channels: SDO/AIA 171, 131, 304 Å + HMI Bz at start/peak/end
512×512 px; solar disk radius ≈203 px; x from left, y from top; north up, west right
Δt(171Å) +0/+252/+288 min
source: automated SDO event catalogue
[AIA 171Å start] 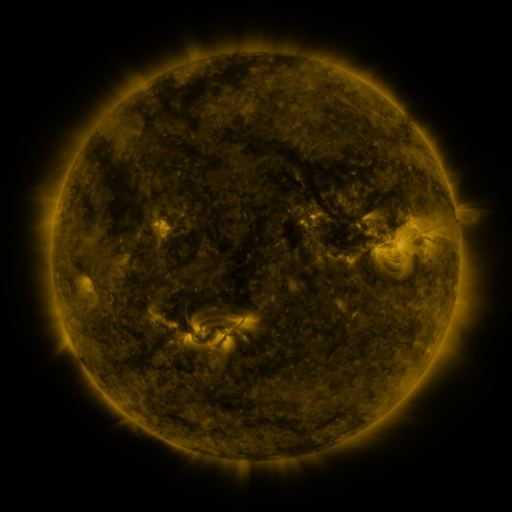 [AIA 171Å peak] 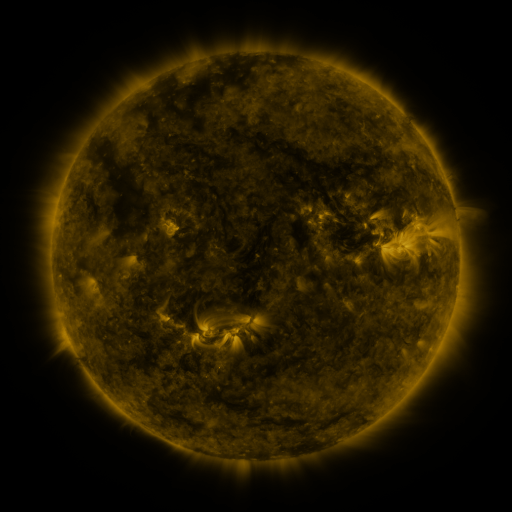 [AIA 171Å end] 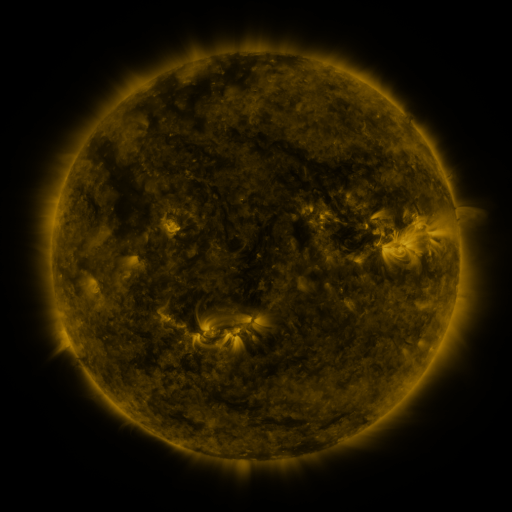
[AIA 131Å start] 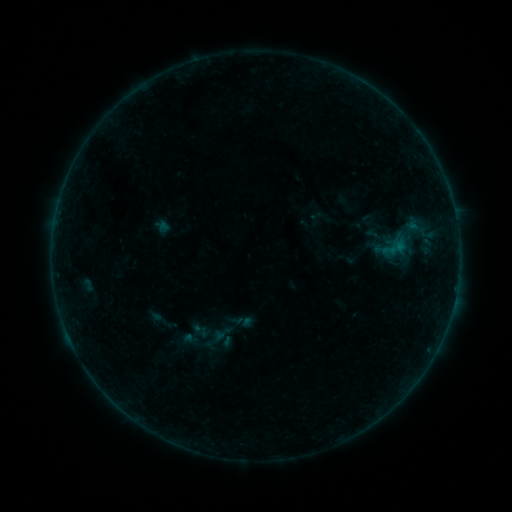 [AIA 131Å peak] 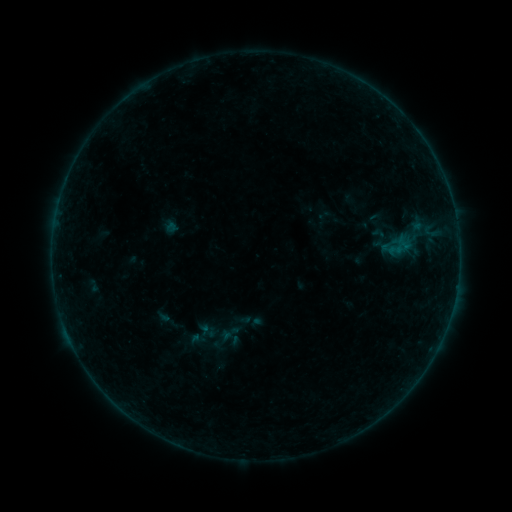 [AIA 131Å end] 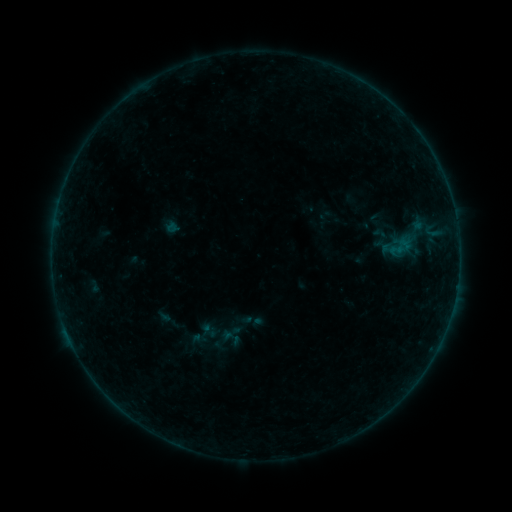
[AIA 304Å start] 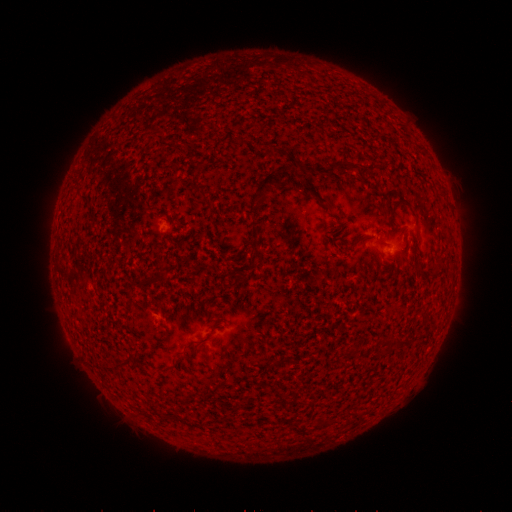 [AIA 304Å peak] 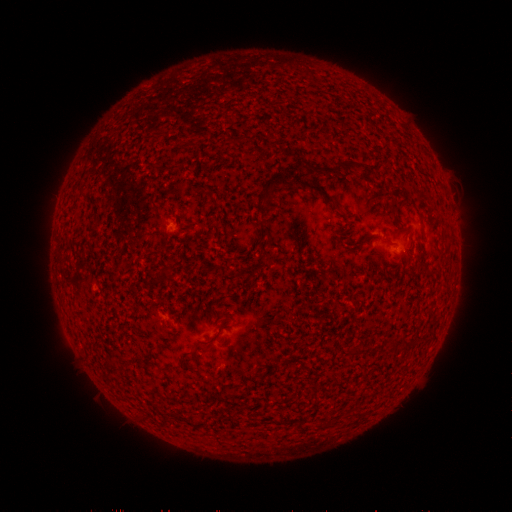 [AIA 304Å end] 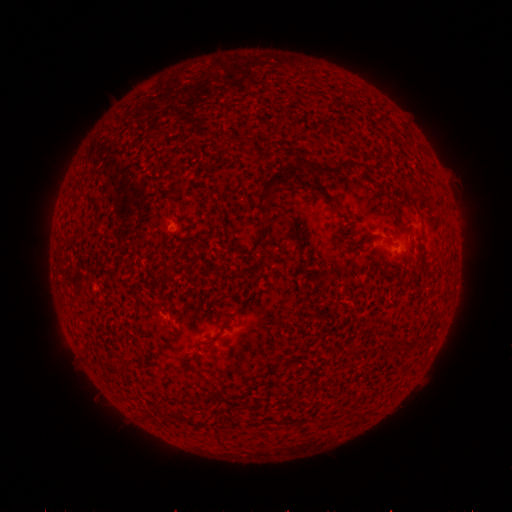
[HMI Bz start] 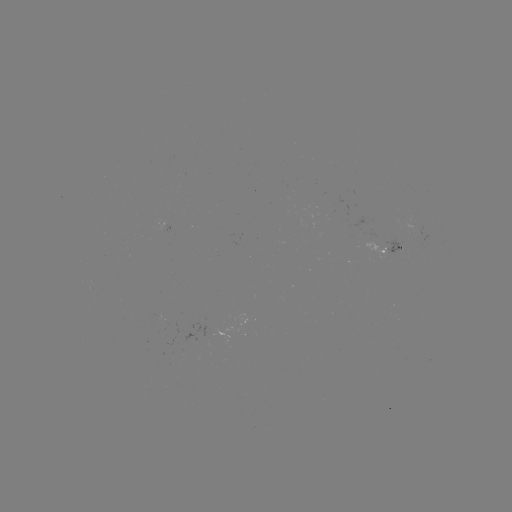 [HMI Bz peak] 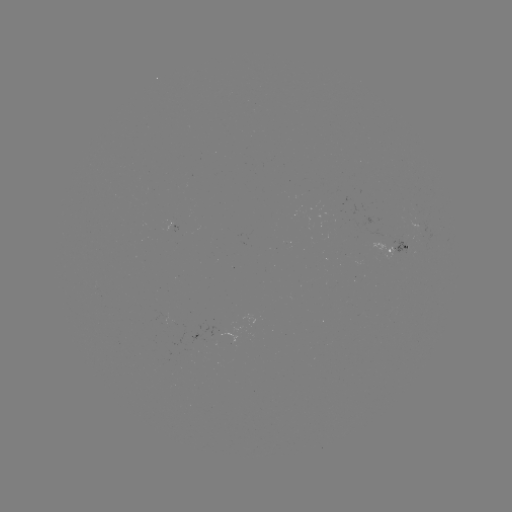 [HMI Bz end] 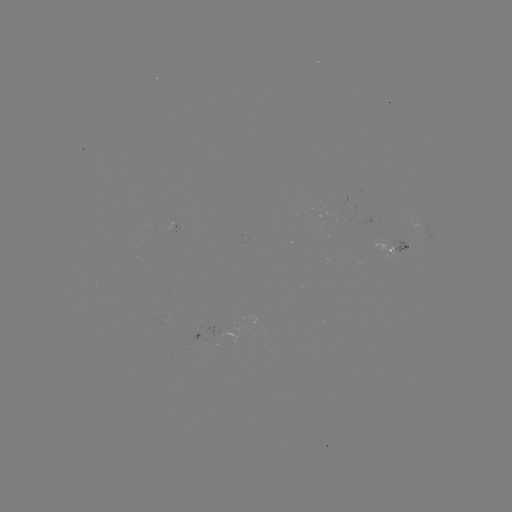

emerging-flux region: (389, 235, 408, 254)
